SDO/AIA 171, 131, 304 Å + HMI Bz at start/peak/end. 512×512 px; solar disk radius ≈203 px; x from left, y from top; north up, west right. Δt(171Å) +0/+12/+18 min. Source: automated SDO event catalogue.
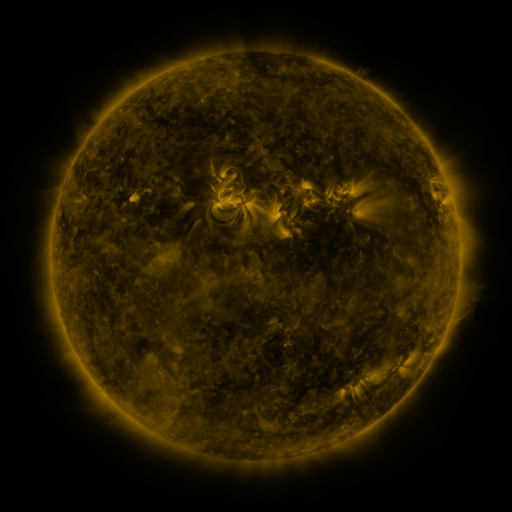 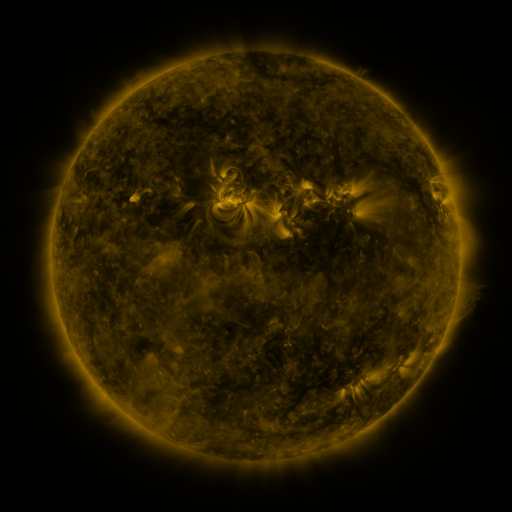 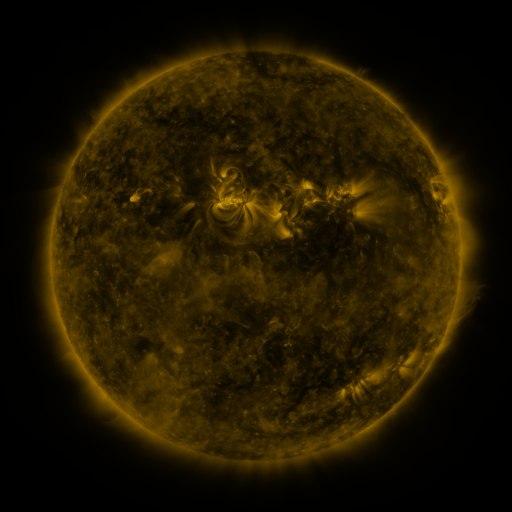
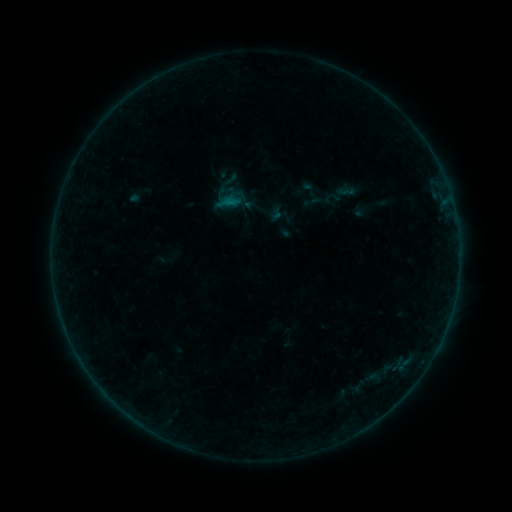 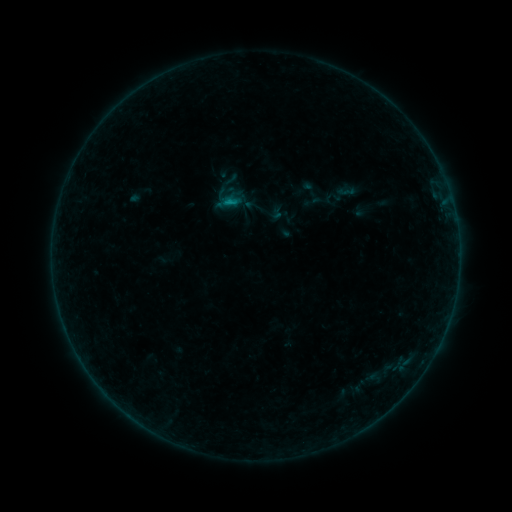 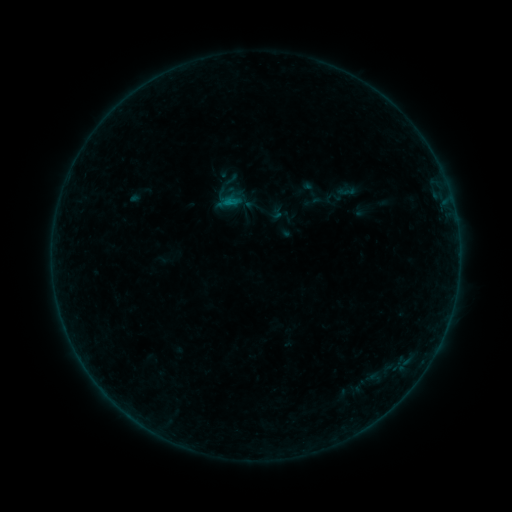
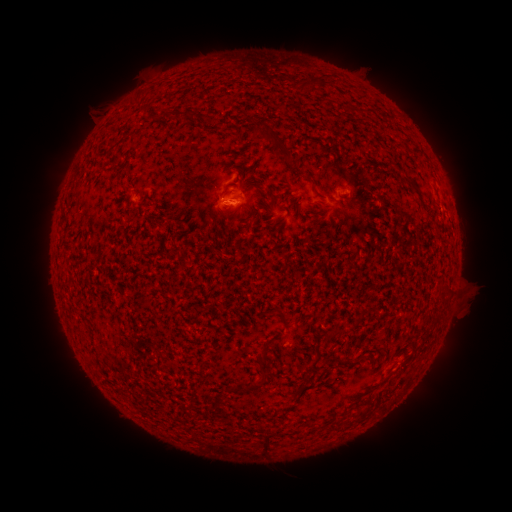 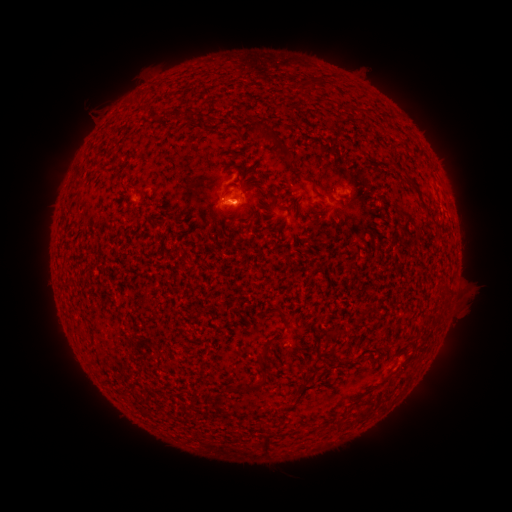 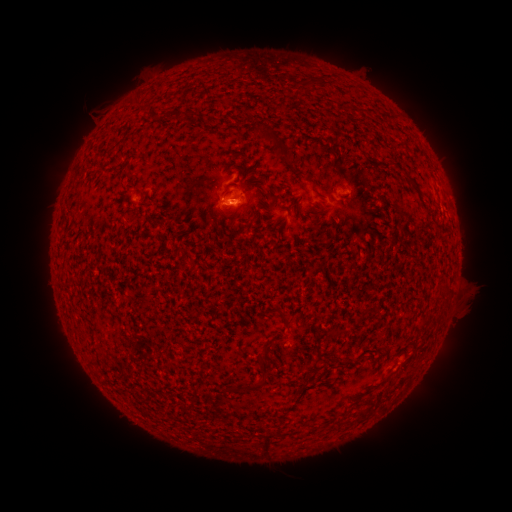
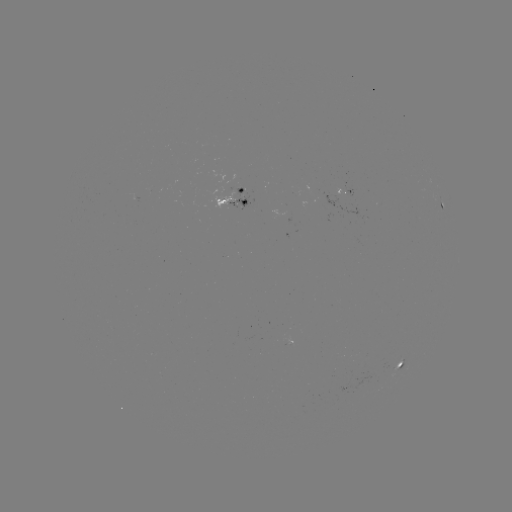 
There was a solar flare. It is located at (235, 203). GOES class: B3.1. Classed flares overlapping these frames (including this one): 1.